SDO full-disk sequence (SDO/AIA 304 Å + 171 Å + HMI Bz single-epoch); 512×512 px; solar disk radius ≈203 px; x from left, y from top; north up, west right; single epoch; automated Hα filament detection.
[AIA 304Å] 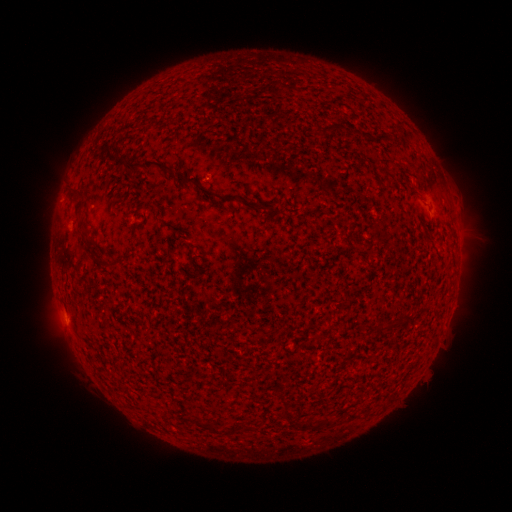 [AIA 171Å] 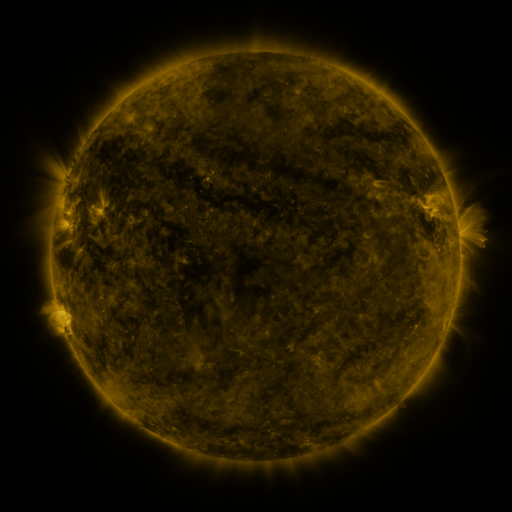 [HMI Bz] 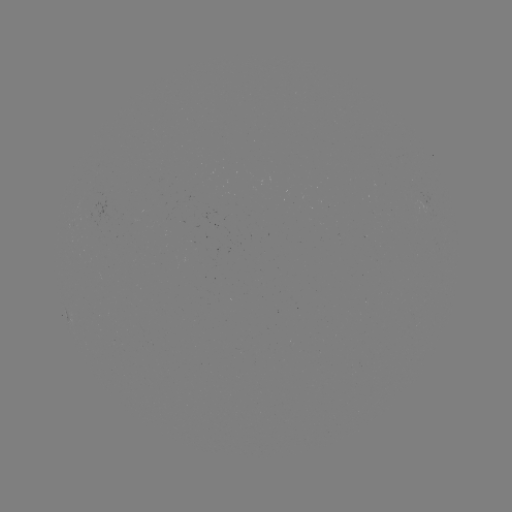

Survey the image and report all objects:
filament: (336, 126)
filament: (324, 129)
filament: (137, 166)
filament: (185, 181)
filament: (206, 192)
filament: (77, 206)
filament: (94, 249)
filament: (111, 266)
filament: (408, 316)
filament: (312, 423)
filament: (208, 427)
